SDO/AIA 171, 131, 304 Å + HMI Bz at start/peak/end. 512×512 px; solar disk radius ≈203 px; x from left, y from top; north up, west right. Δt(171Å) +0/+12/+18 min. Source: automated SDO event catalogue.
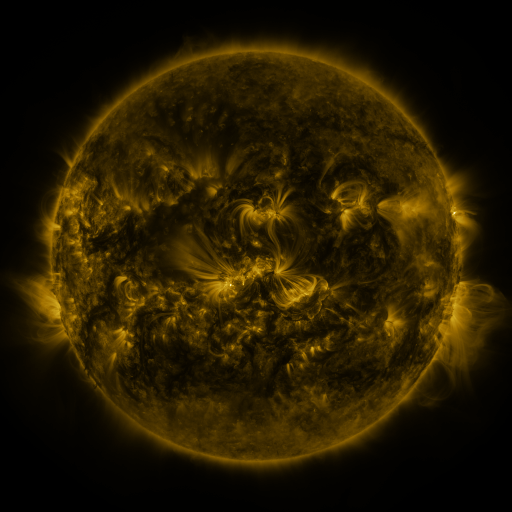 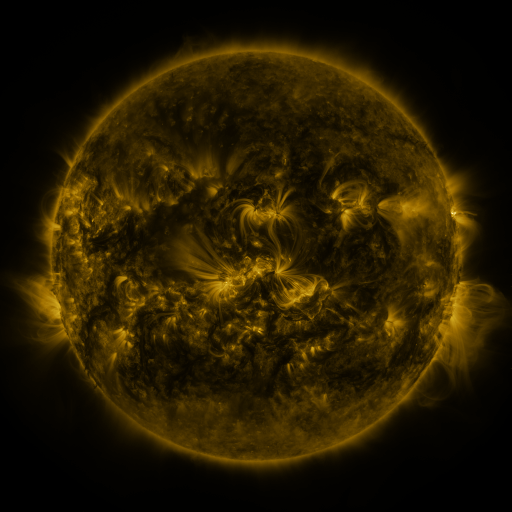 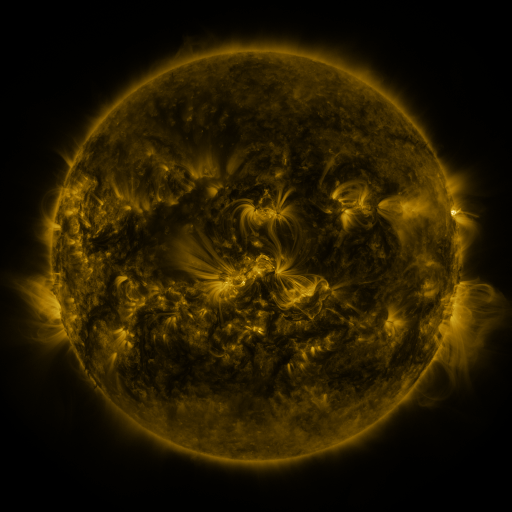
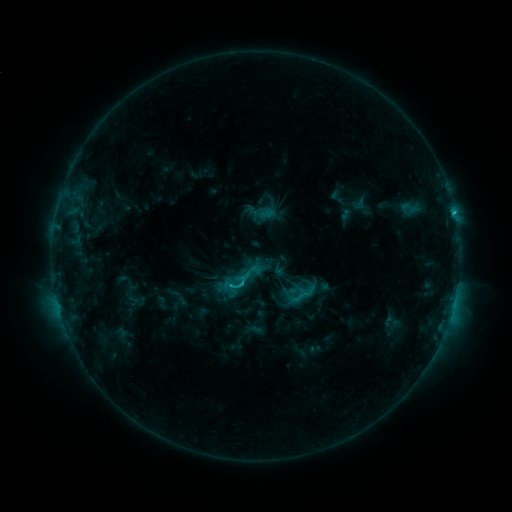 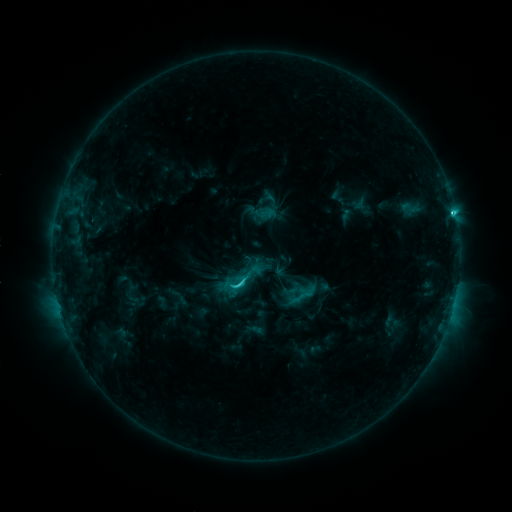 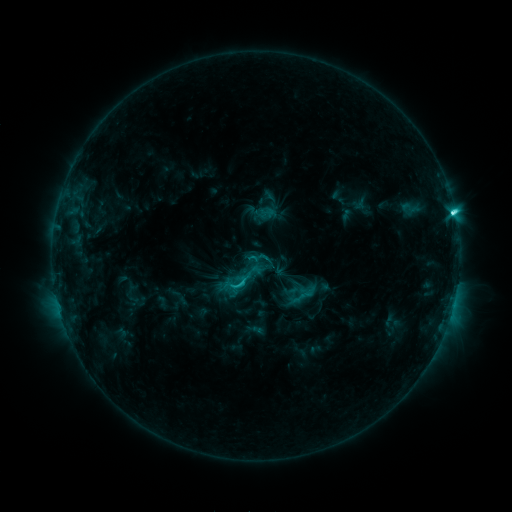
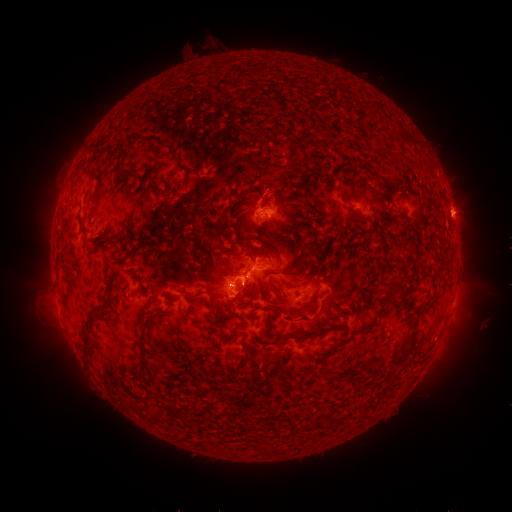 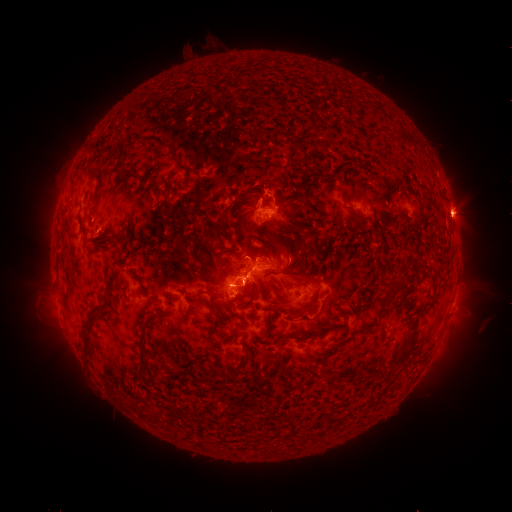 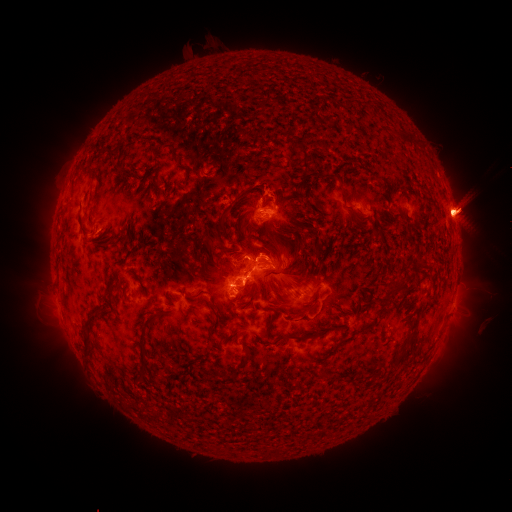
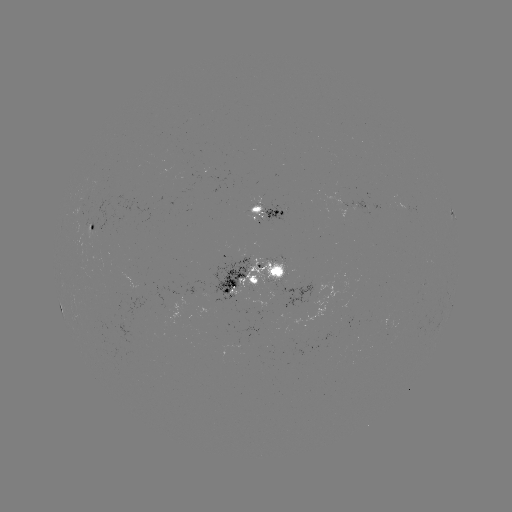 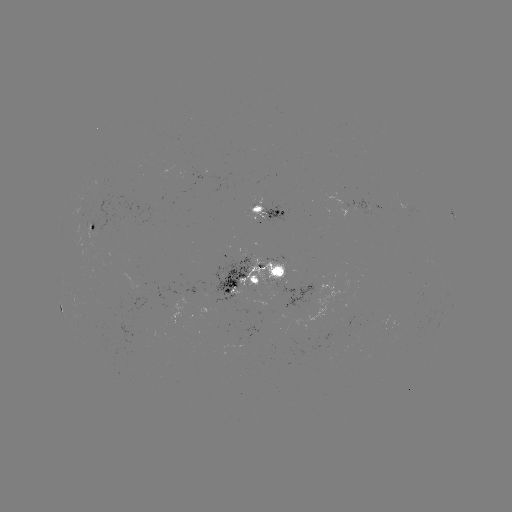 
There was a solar flare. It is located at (452, 214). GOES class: C7.4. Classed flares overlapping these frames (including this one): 1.